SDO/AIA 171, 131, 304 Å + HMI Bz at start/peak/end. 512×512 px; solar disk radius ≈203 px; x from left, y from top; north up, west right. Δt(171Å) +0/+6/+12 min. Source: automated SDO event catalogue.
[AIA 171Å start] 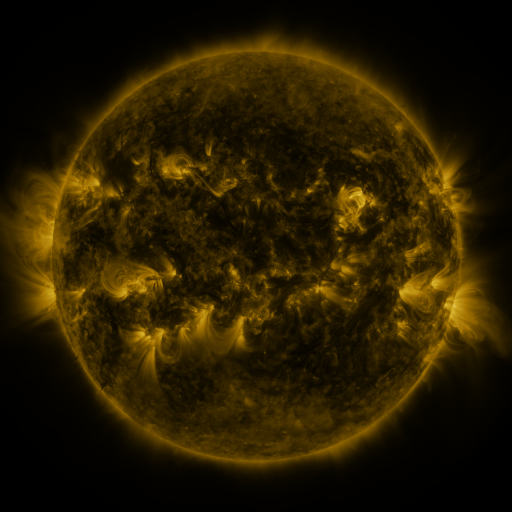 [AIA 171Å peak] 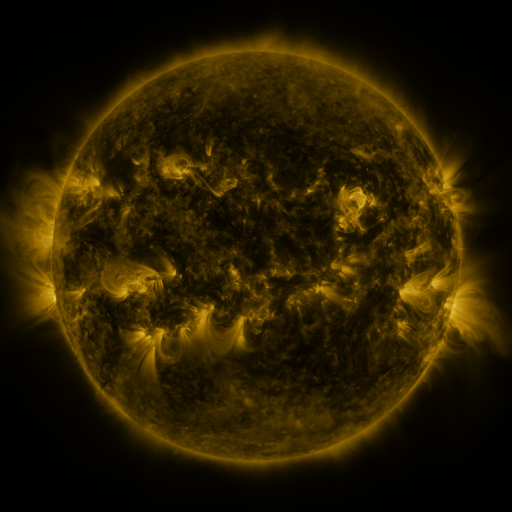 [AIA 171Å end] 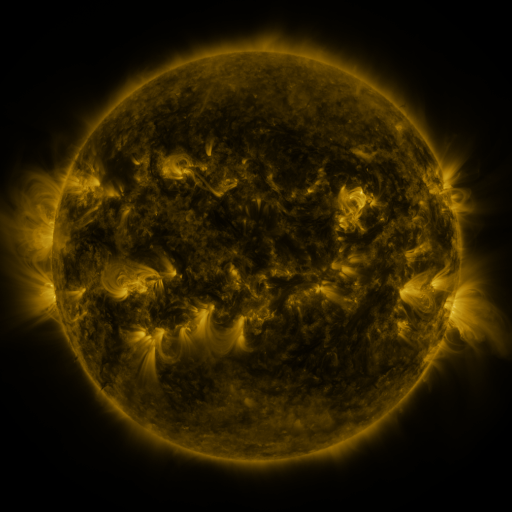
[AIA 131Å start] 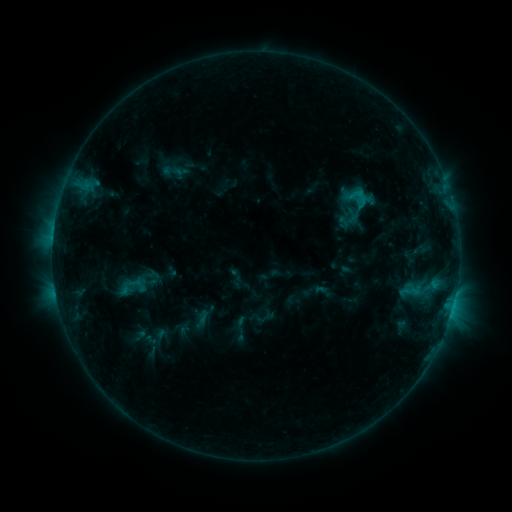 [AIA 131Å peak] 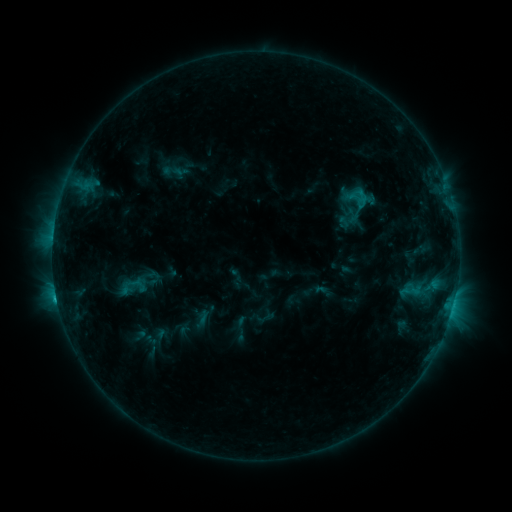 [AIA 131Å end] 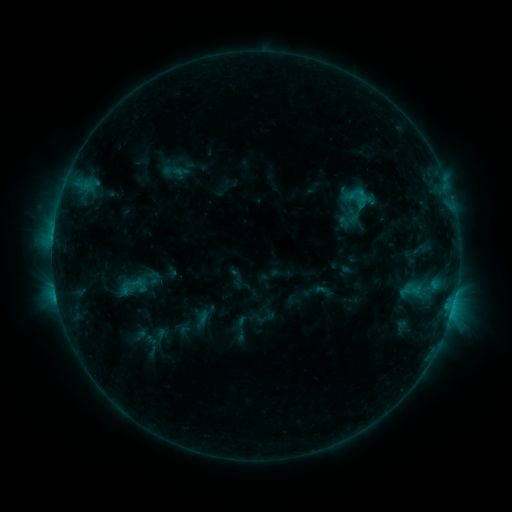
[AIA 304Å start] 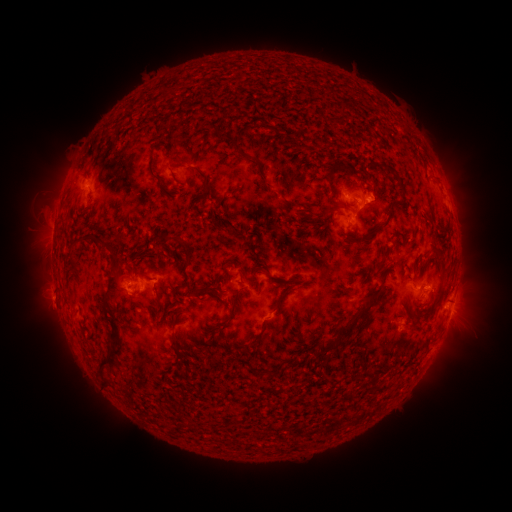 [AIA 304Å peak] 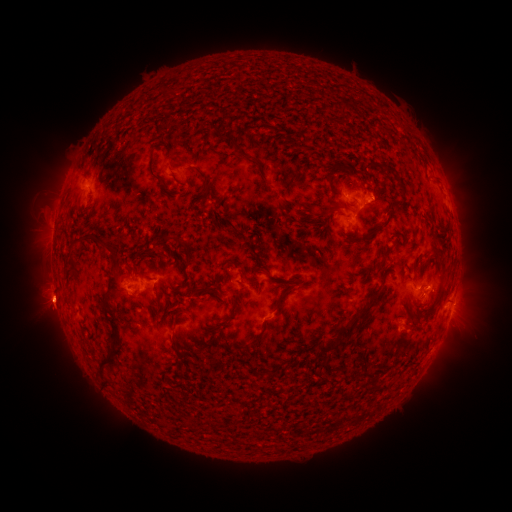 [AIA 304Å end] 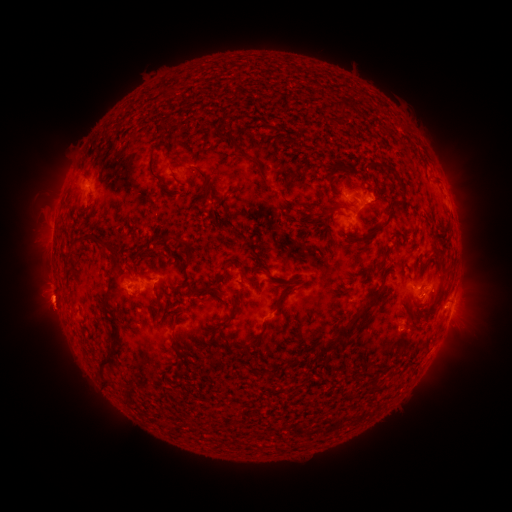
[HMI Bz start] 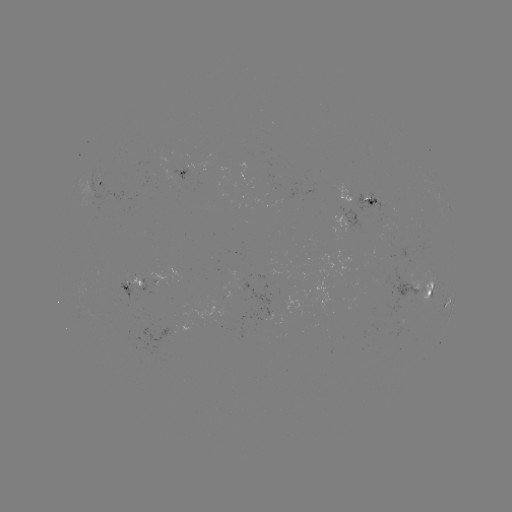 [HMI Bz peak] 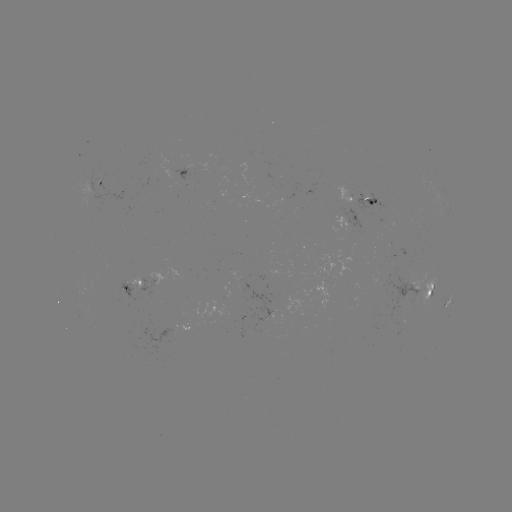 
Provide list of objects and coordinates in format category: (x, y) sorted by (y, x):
C1.1 flare: (57, 297)
